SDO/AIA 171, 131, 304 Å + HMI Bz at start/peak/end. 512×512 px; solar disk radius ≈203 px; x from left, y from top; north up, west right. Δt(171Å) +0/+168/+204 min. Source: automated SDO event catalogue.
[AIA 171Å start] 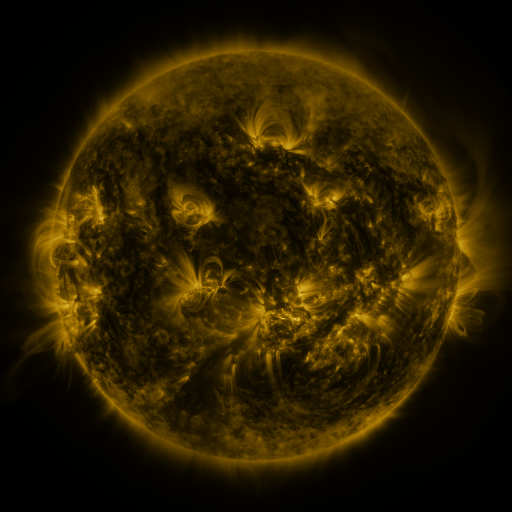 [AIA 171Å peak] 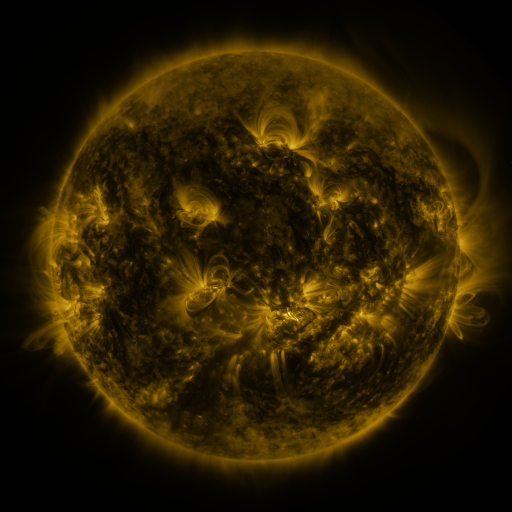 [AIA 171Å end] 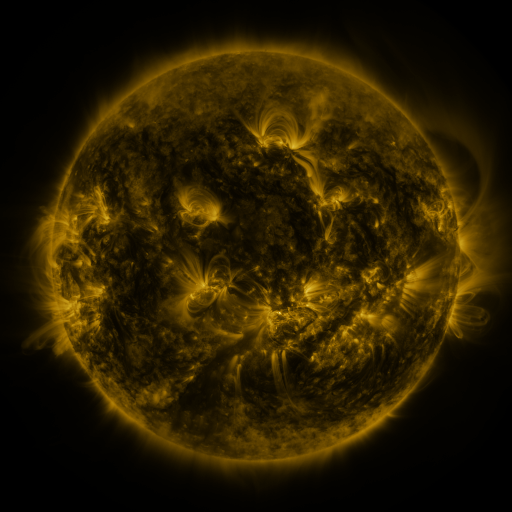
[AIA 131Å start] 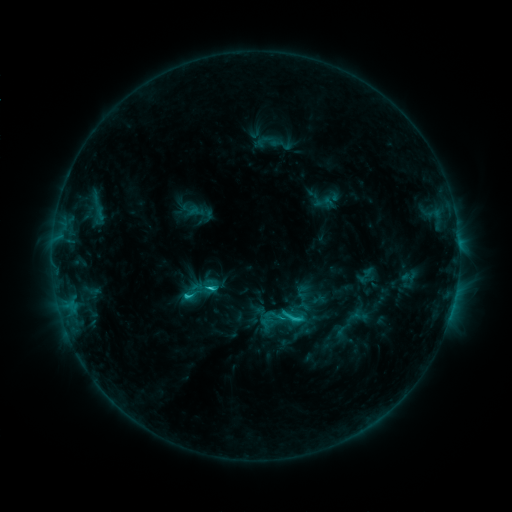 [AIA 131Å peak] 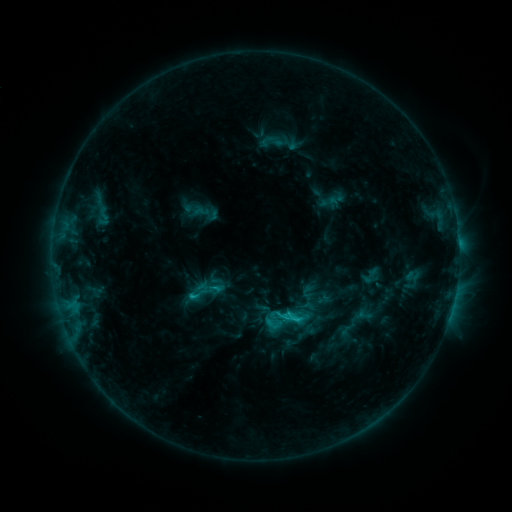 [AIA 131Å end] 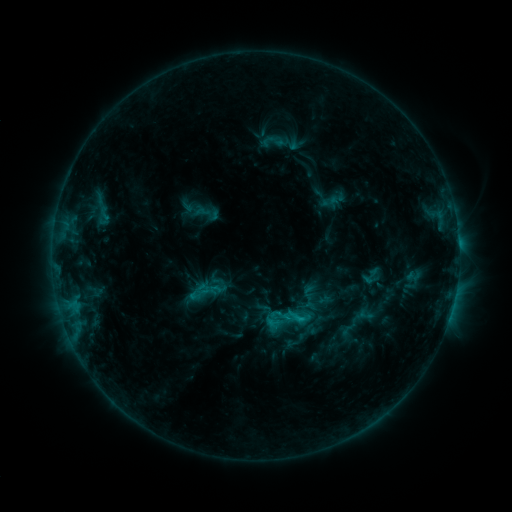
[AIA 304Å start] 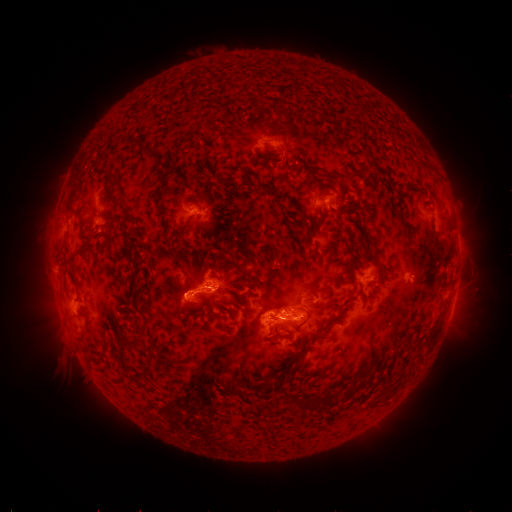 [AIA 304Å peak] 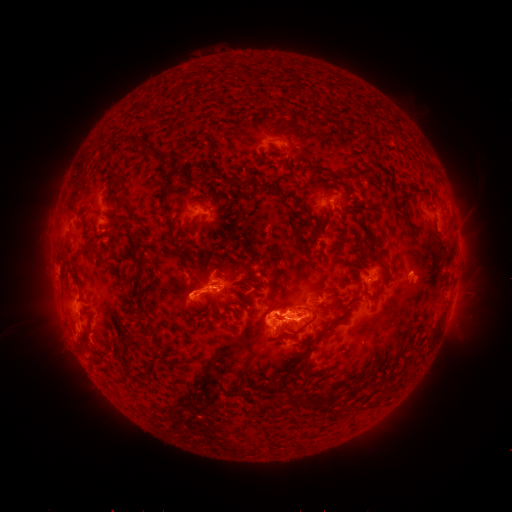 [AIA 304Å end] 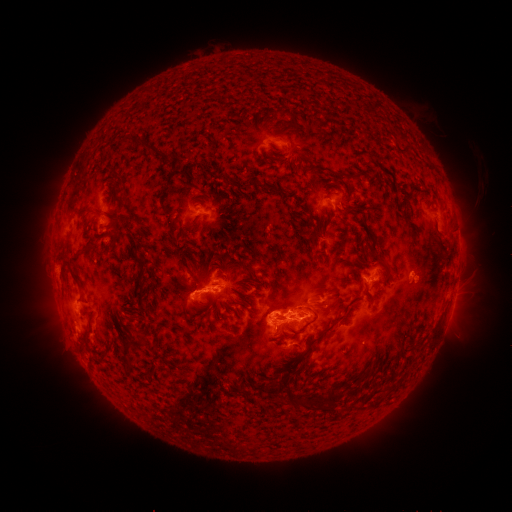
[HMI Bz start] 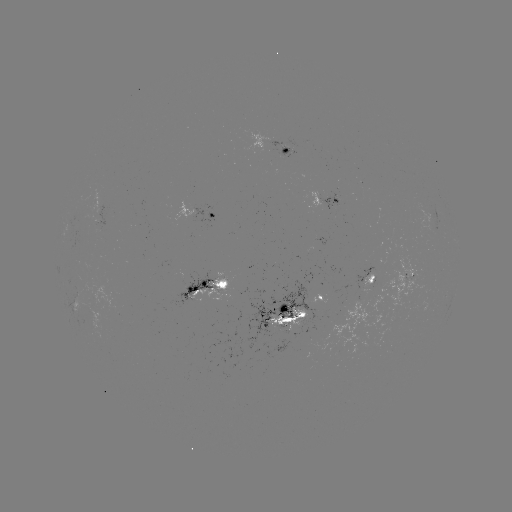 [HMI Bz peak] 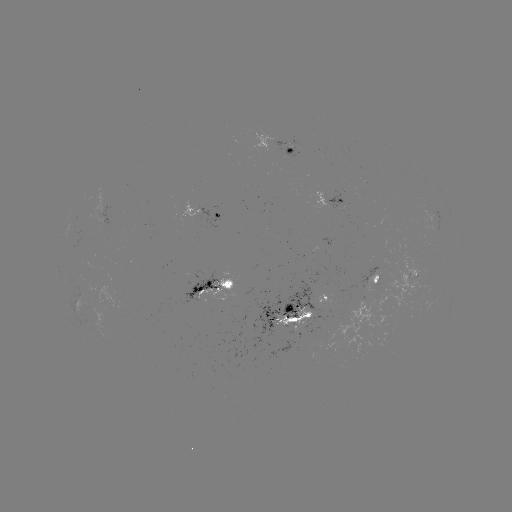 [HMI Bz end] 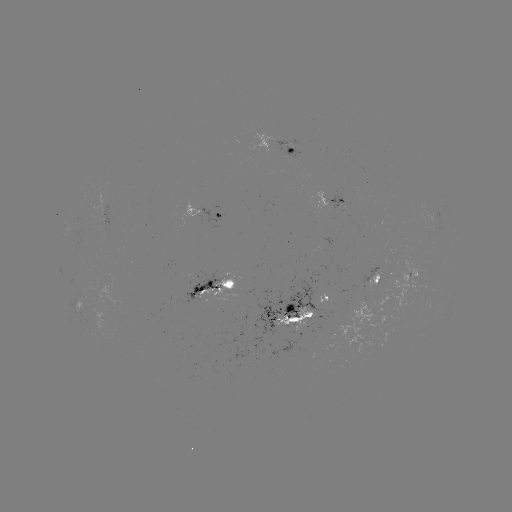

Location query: emerging-flux region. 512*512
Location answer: (291, 323).